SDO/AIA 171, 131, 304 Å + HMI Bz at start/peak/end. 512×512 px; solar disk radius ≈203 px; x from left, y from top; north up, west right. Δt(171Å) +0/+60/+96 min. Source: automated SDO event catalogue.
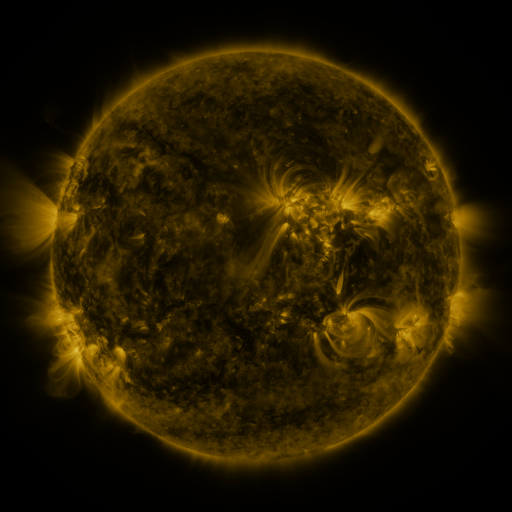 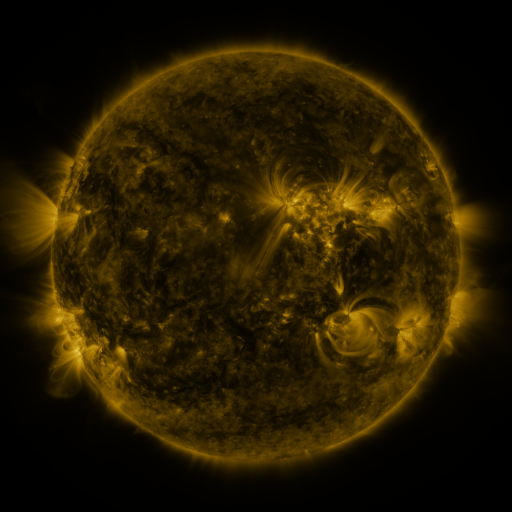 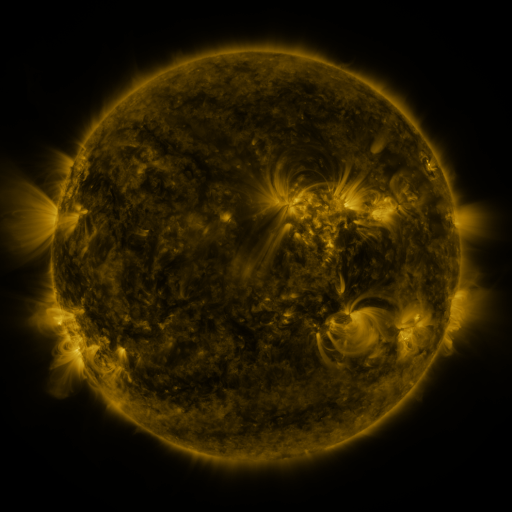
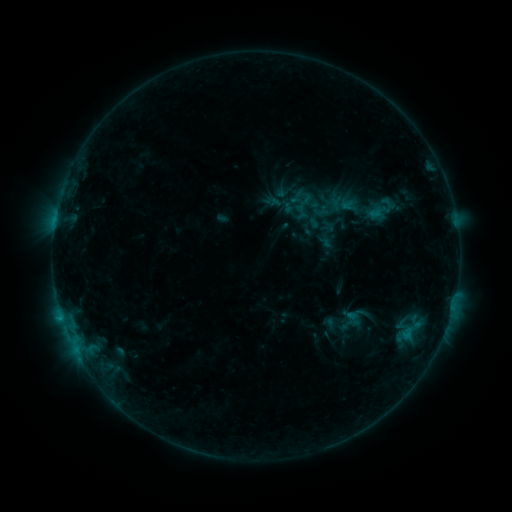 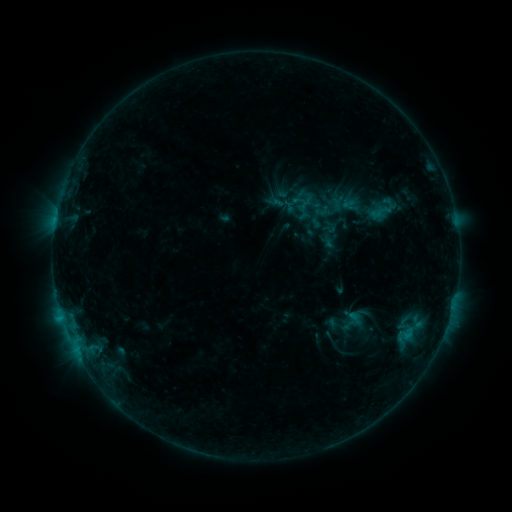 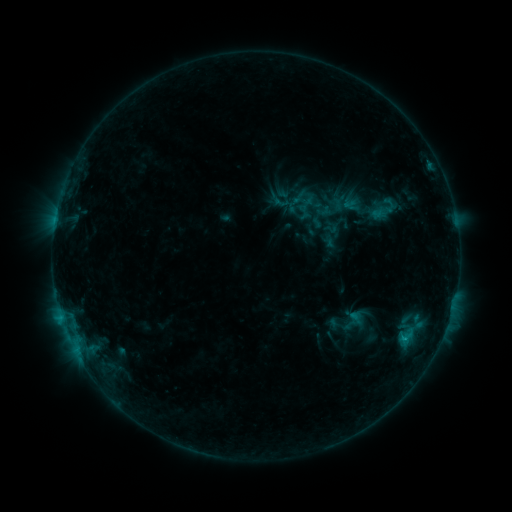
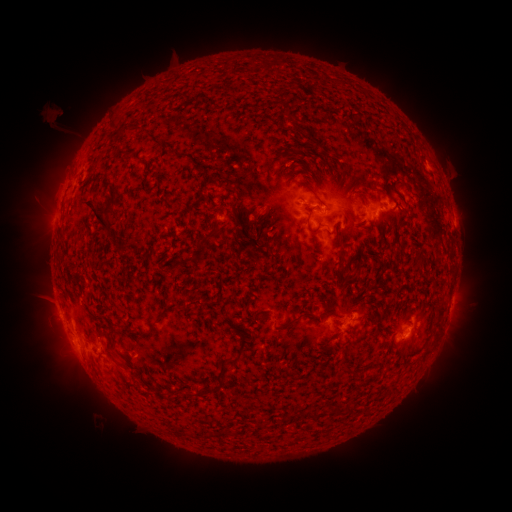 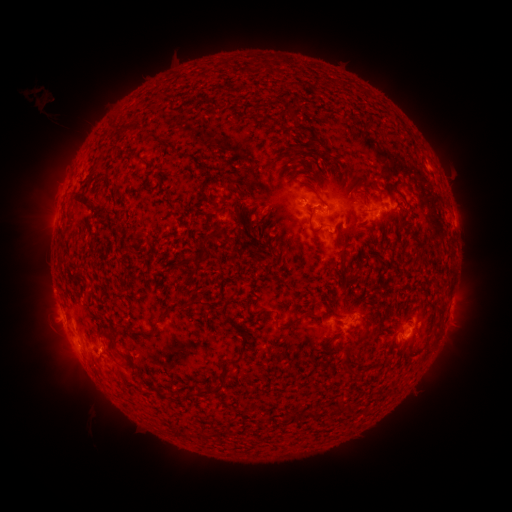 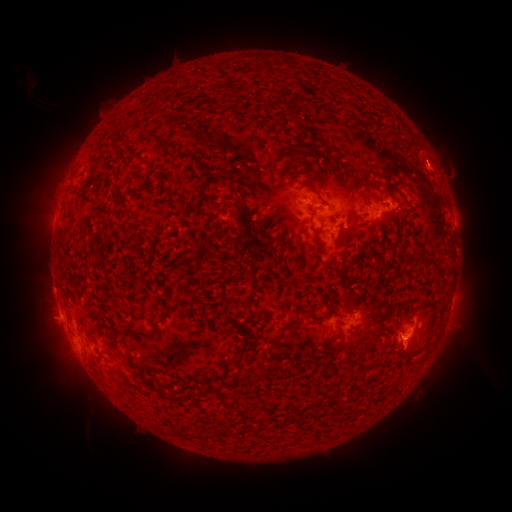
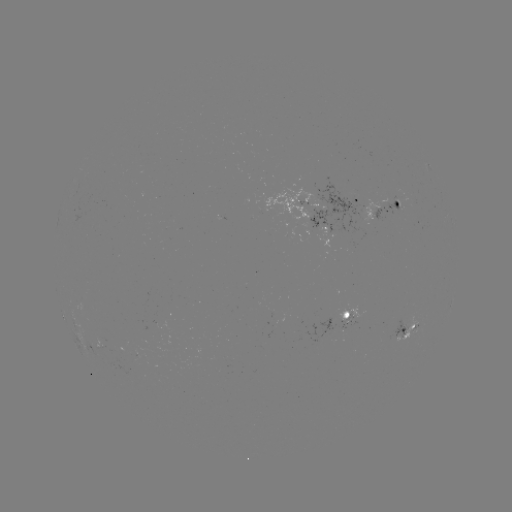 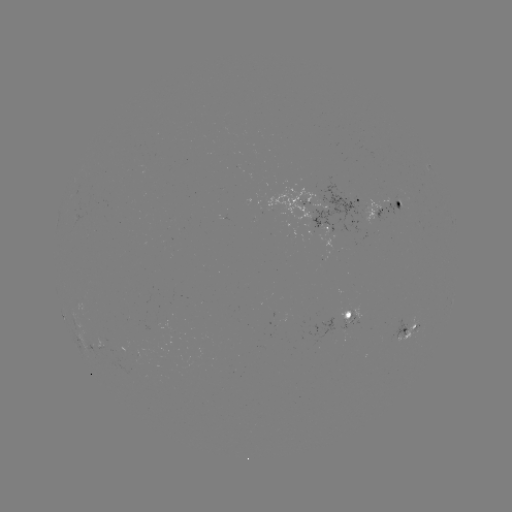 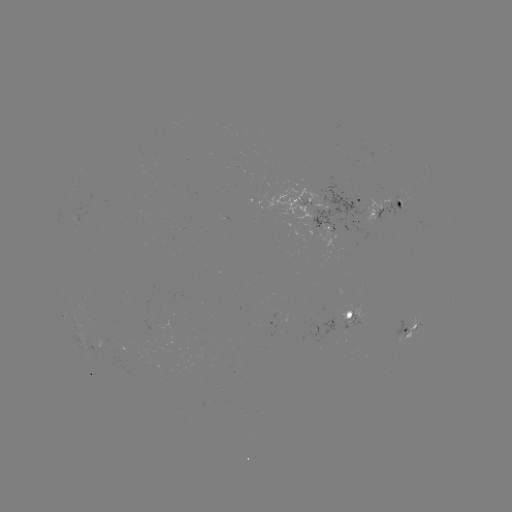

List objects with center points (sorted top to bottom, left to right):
emerging-flux region: (398, 206)
